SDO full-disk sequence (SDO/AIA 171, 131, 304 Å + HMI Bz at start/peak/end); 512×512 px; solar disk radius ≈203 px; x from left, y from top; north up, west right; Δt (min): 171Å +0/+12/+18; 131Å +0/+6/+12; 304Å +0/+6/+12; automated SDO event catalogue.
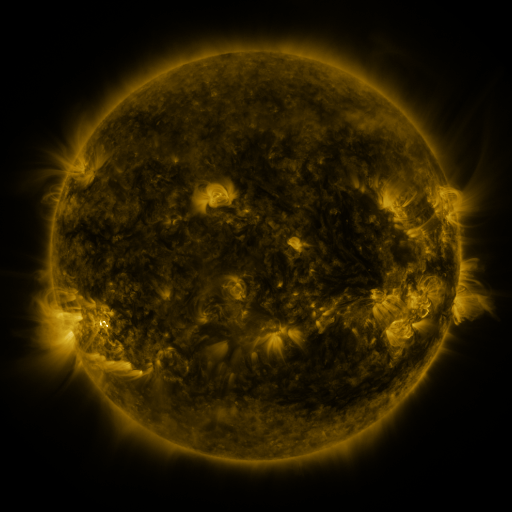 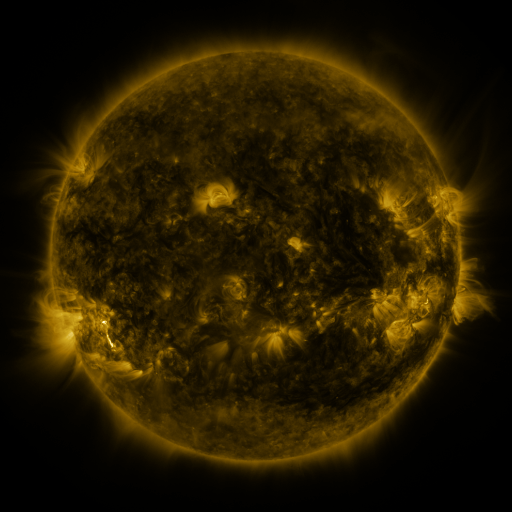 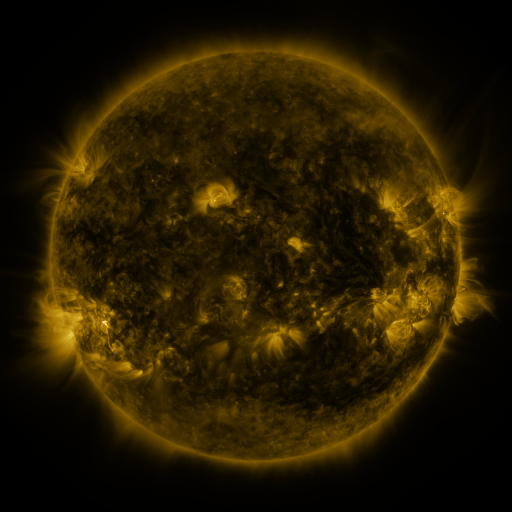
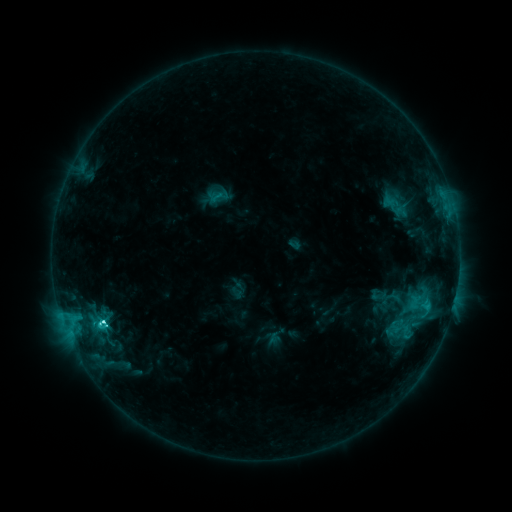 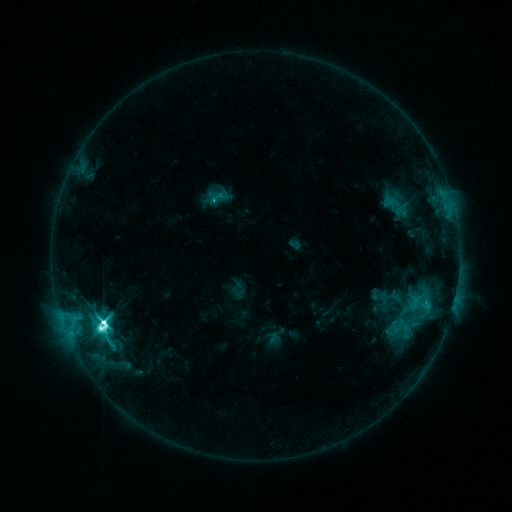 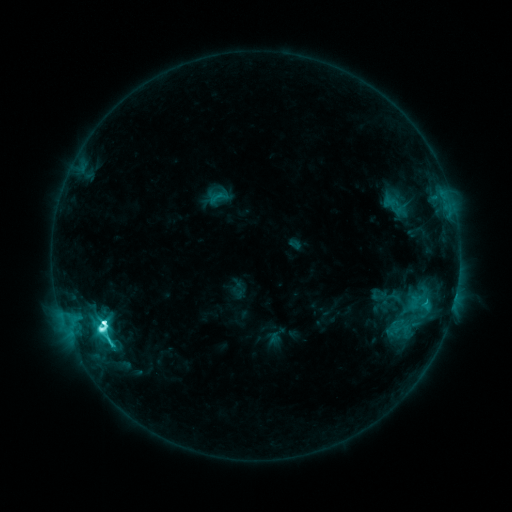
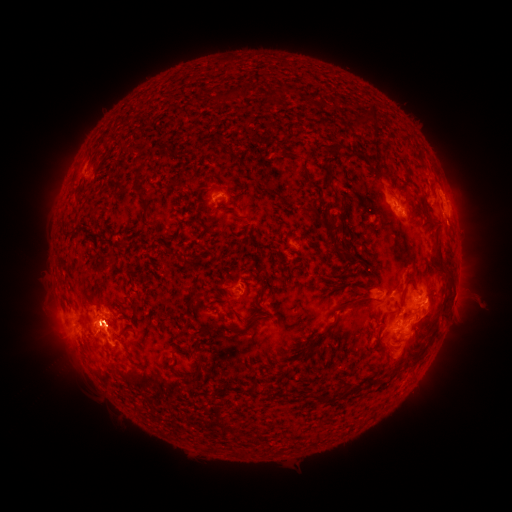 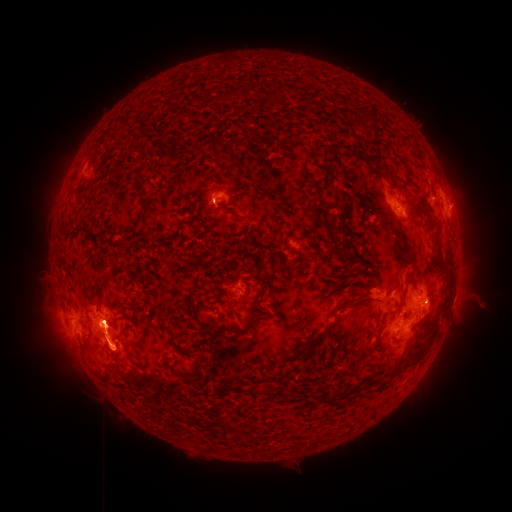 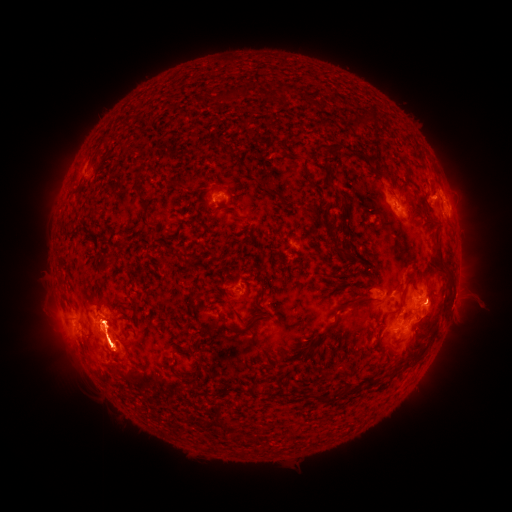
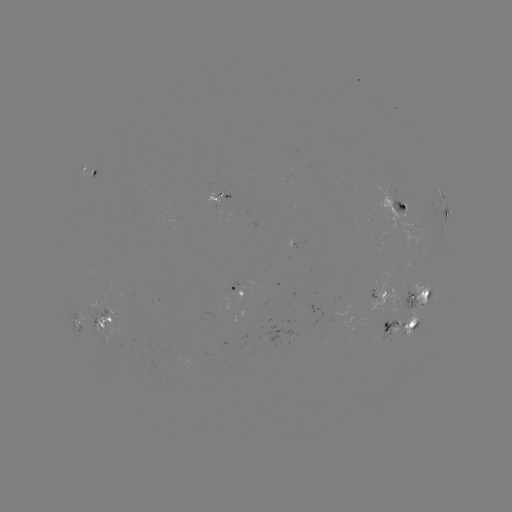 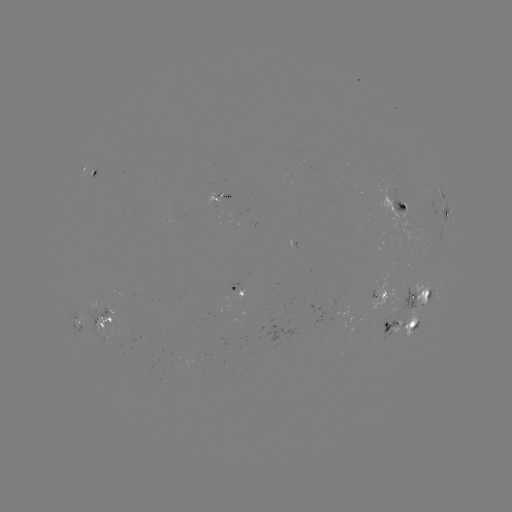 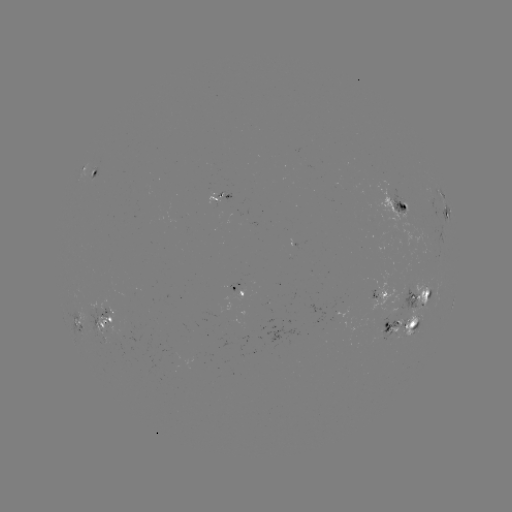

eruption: <bbox>44, 329, 73, 369</bbox>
